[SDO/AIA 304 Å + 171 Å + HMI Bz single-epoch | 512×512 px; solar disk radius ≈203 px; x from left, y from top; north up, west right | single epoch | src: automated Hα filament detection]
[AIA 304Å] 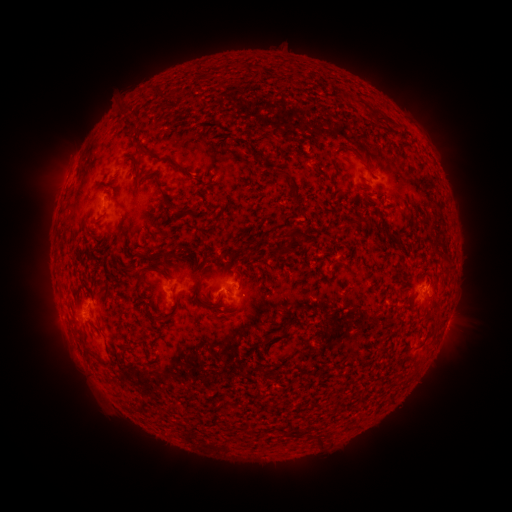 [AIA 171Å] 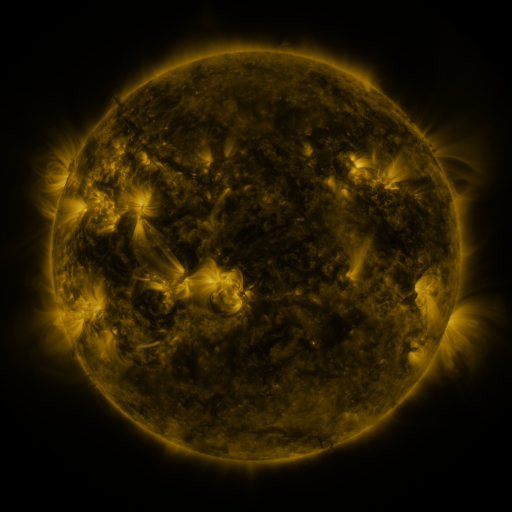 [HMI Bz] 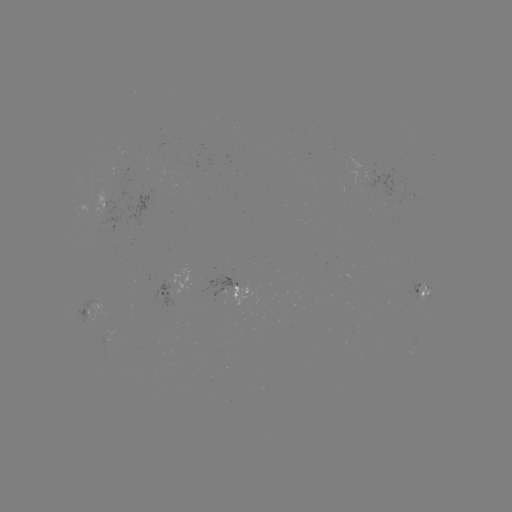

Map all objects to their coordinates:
filament: <bbox>151, 88, 160, 95</bbox>
filament: <bbox>376, 111, 384, 120</bbox>
filament: <bbox>123, 129, 136, 139</bbox>
filament: <bbox>233, 137, 275, 170</bbox>
filament: <bbox>135, 144, 147, 156</bbox>
filament: <bbox>155, 158, 197, 219</bbox>
filament: <bbox>132, 160, 140, 184</bbox>
filament: <bbox>172, 164, 191, 177</bbox>
filament: <bbox>288, 191, 303, 210</bbox>
filament: <bbox>283, 226, 306, 242</bbox>
filament: <bbox>282, 246, 292, 254</bbox>
filament: <bbox>157, 248, 170, 260</bbox>
filament: <bbox>138, 253, 152, 264</bbox>
filament: <bbox>137, 265, 166, 277</bbox>
filament: <bbox>282, 267, 289, 282</bbox>
filament: <bbox>132, 273, 146, 291</bbox>
filament: <bbox>192, 278, 204, 295</bbox>
filament: <bbox>138, 294, 148, 302</bbox>
filament: <bbox>154, 310, 176, 327</bbox>
filament: <bbox>270, 328, 279, 340</bbox>
filament: <bbox>98, 357, 116, 371</bbox>
filament: <bbox>136, 360, 154, 368</bbox>
filament: <bbox>316, 433, 325, 443</bbox>
